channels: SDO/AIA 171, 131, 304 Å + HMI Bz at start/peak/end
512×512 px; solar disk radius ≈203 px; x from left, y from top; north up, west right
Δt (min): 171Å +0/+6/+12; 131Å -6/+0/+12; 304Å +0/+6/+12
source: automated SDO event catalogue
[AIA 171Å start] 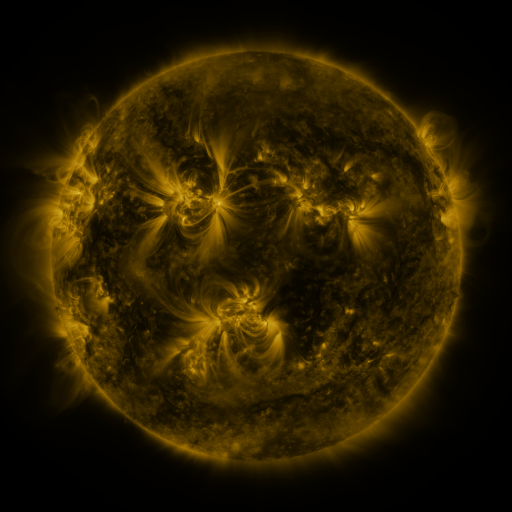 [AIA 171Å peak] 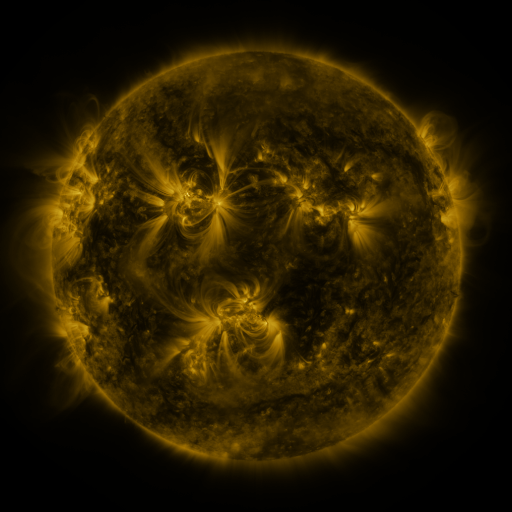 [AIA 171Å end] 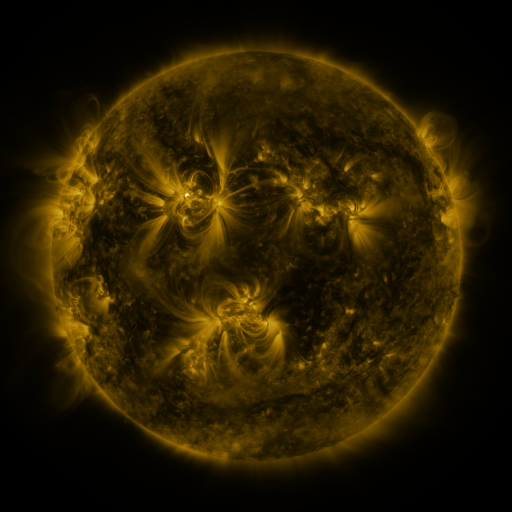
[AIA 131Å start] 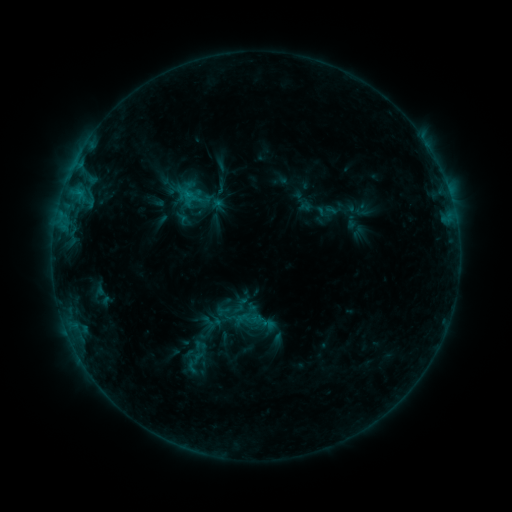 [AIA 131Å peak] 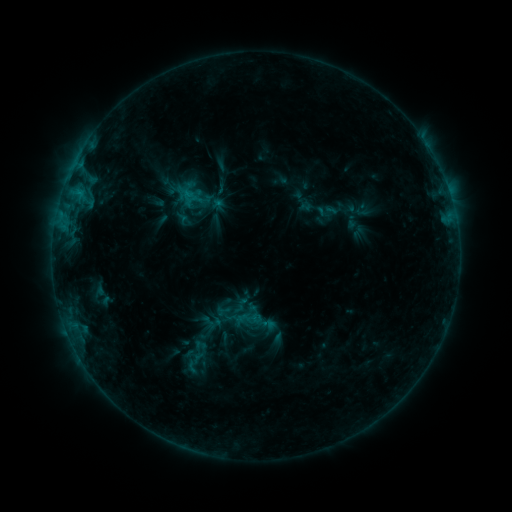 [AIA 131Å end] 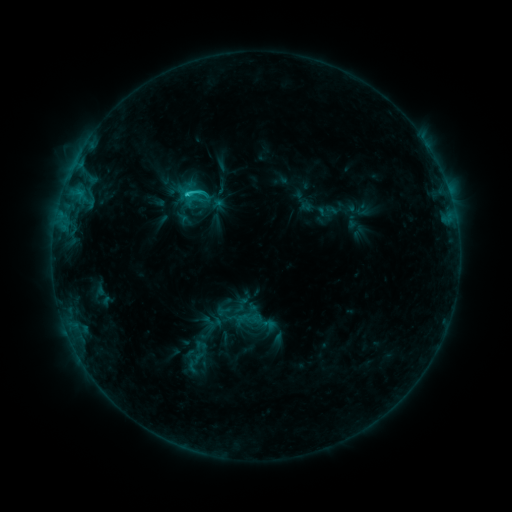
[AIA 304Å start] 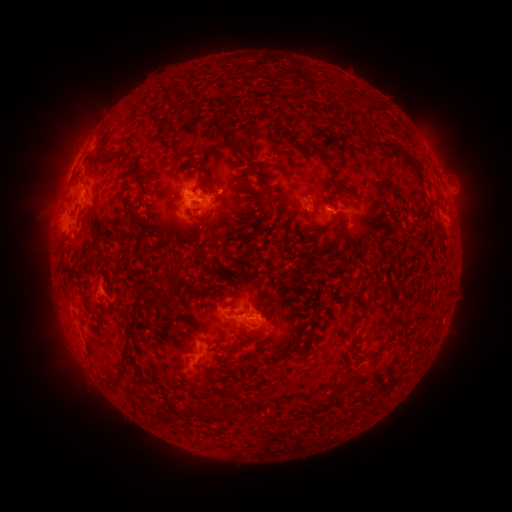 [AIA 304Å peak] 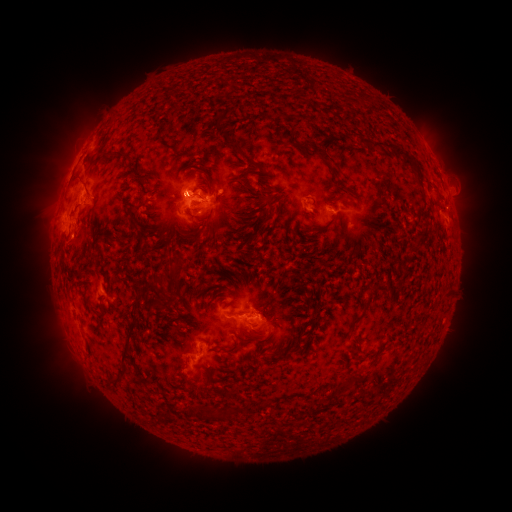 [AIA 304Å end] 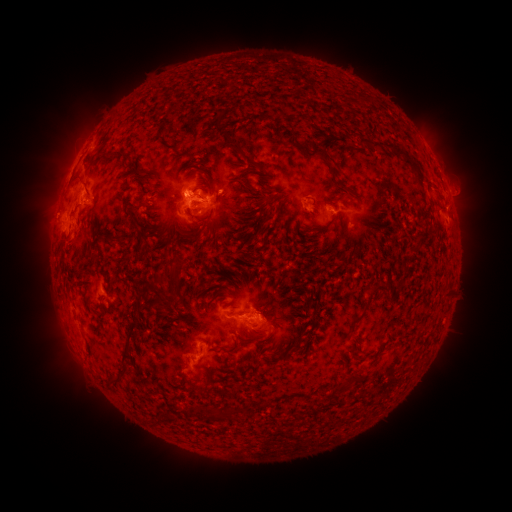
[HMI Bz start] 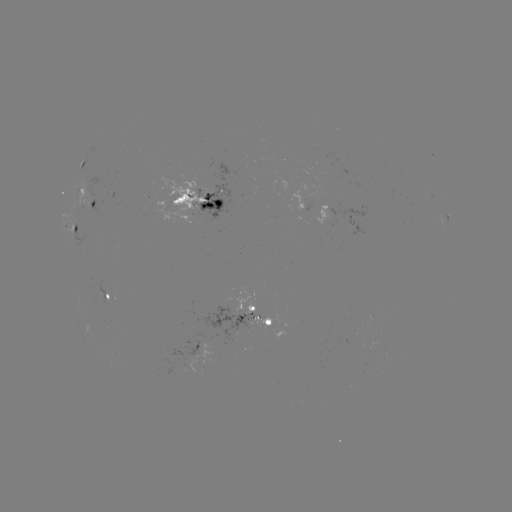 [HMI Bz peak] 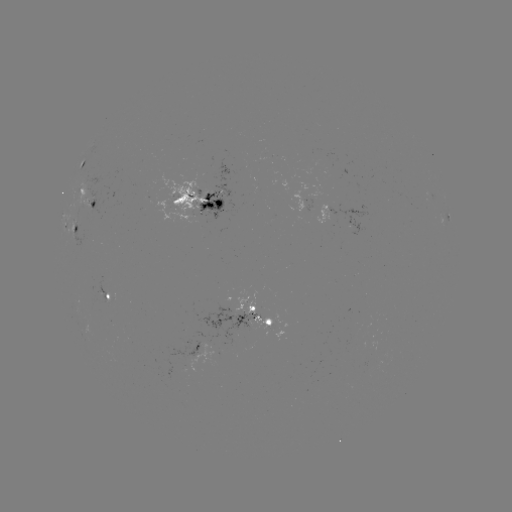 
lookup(C3.5 flare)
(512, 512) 187,194